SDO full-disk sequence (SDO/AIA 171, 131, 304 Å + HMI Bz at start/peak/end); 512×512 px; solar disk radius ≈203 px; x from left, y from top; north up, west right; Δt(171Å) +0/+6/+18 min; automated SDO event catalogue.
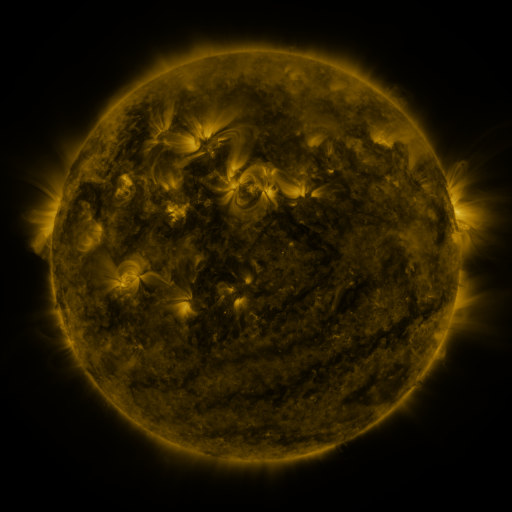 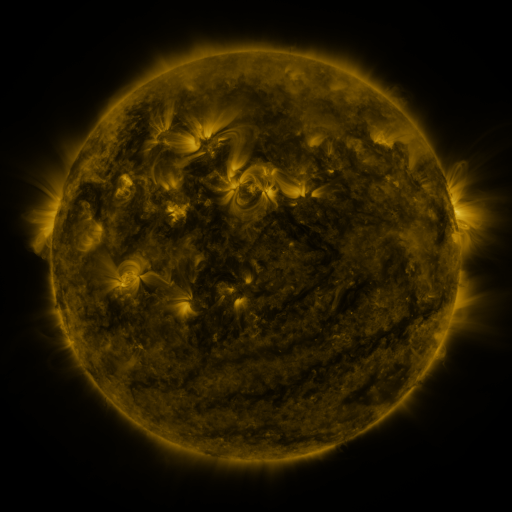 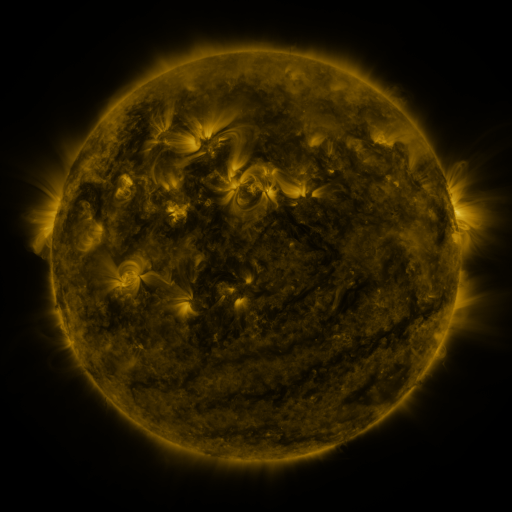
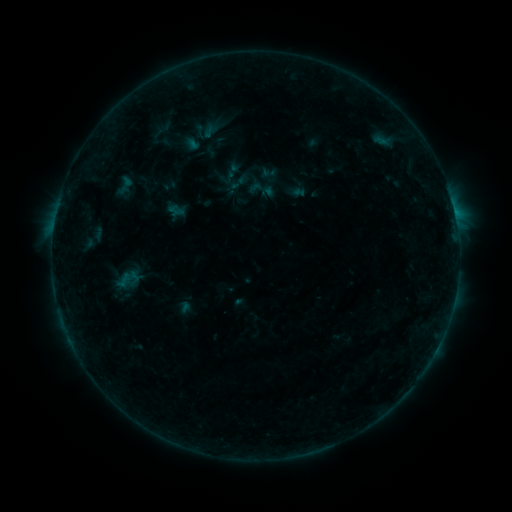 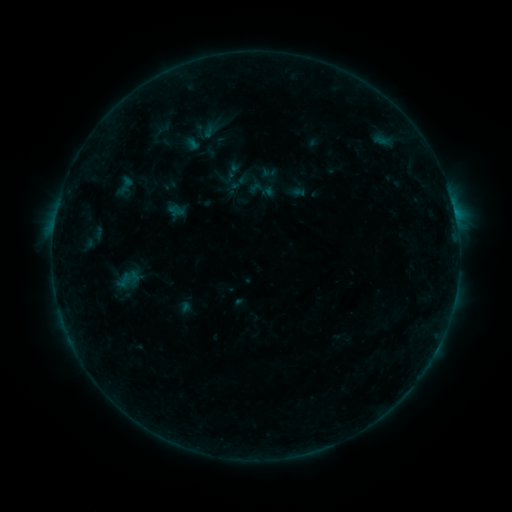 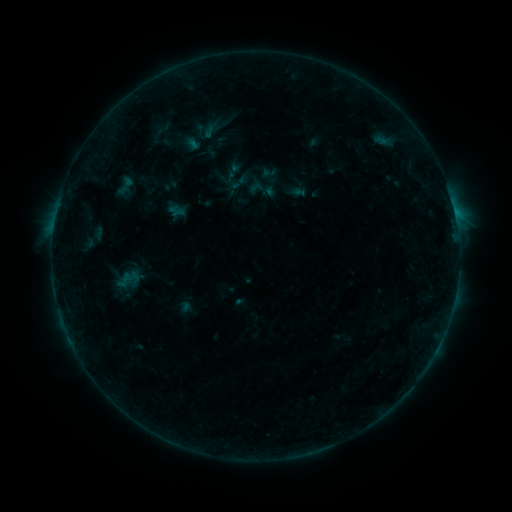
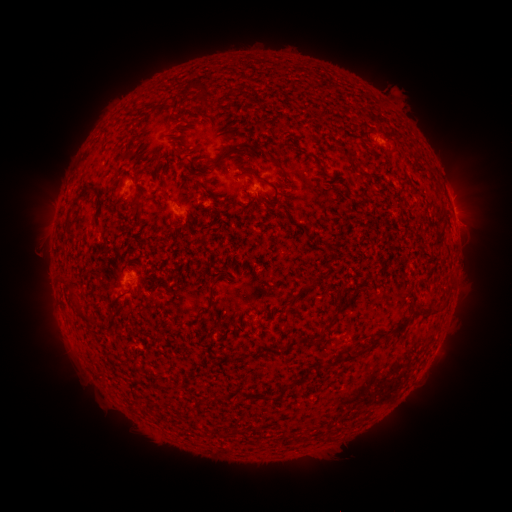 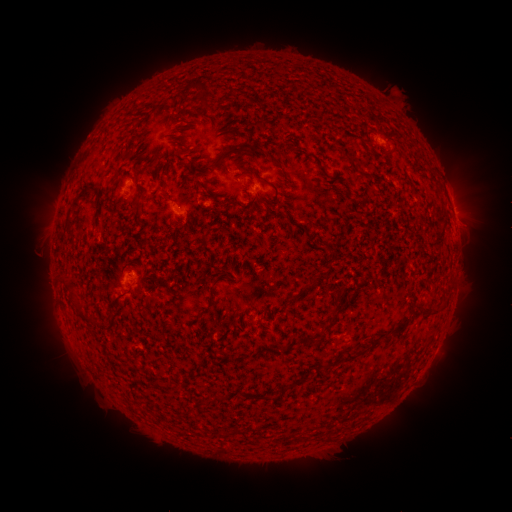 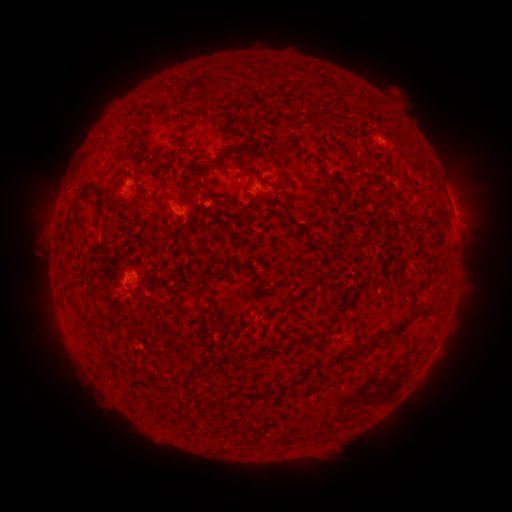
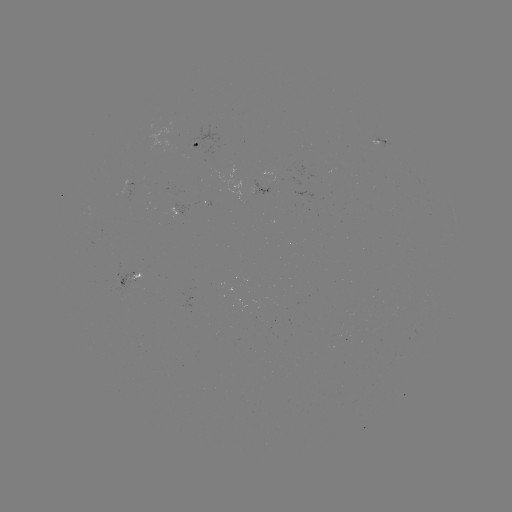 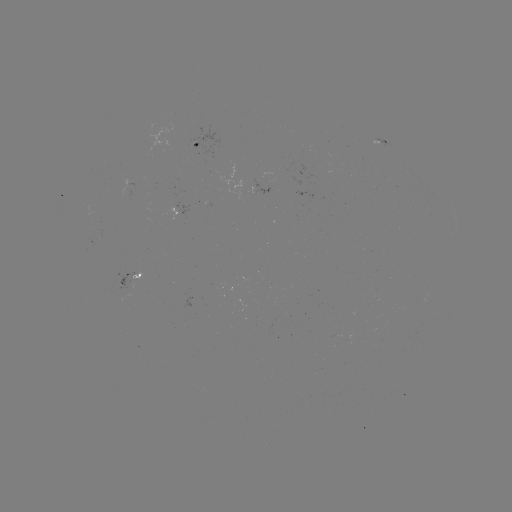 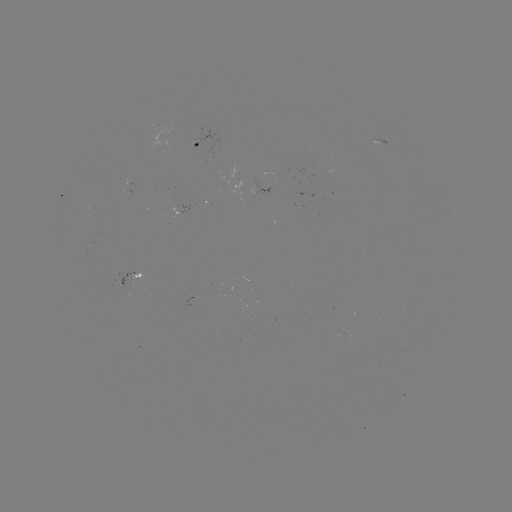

no catalogued flare and no flagged EUV brightening in this window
